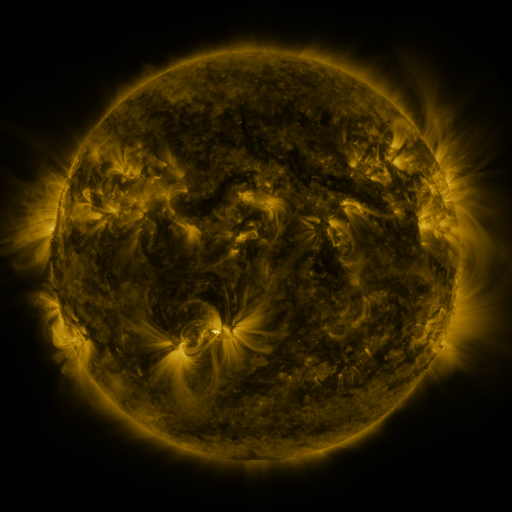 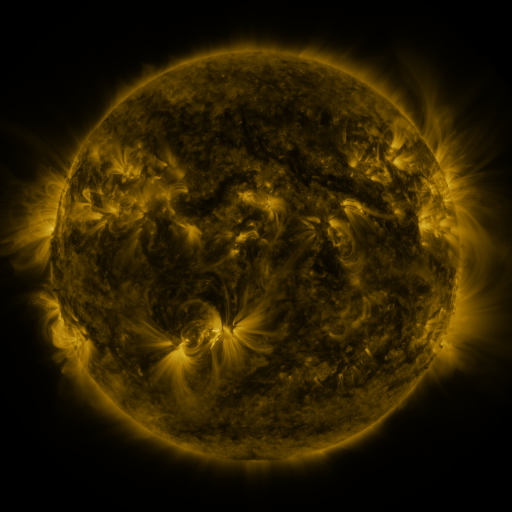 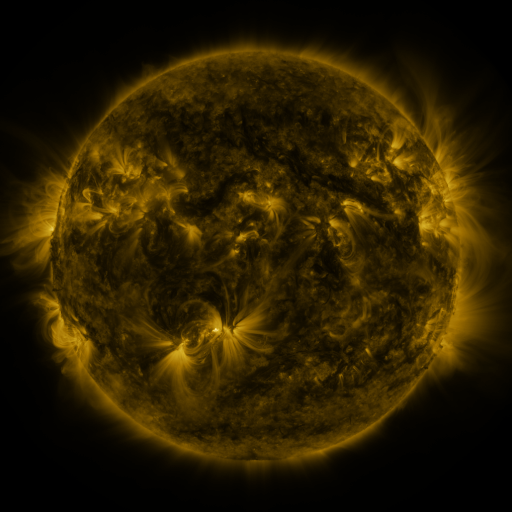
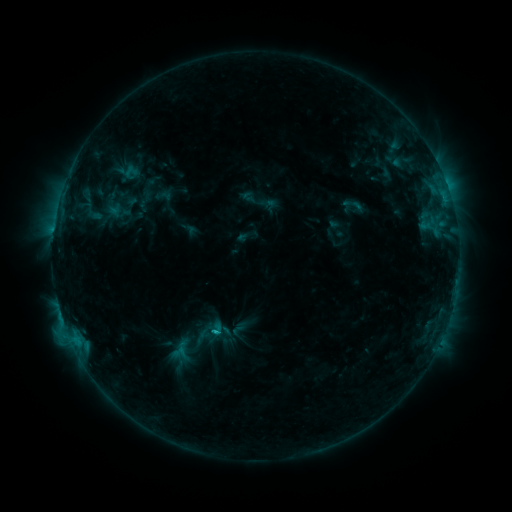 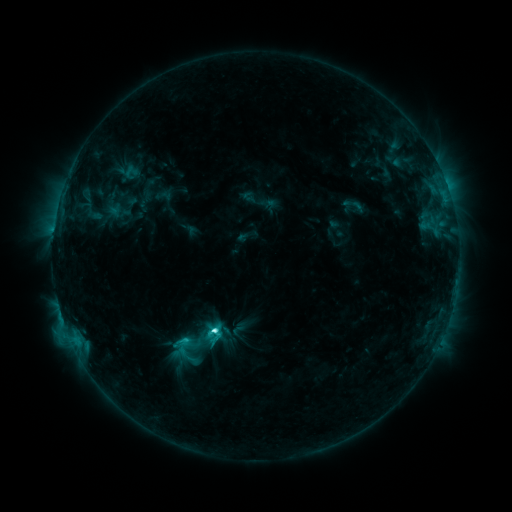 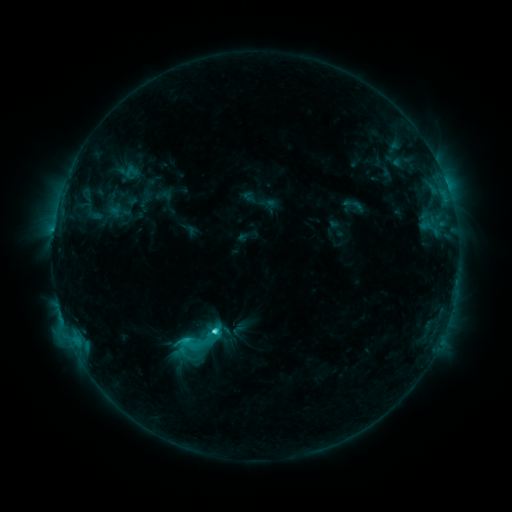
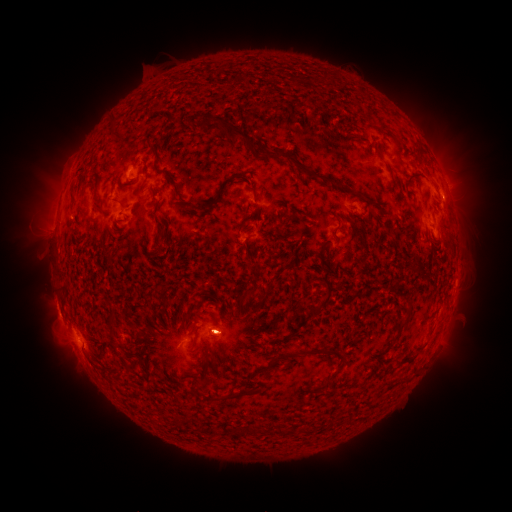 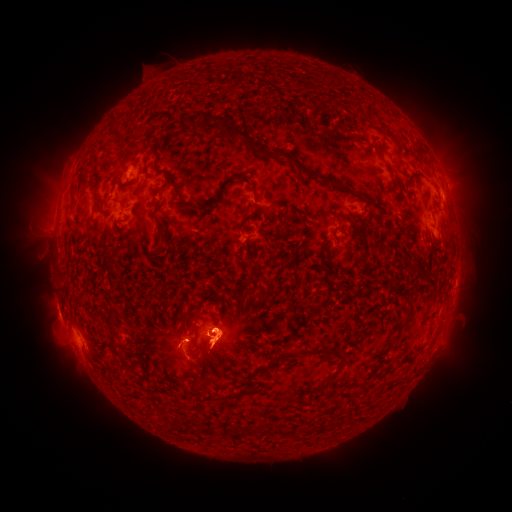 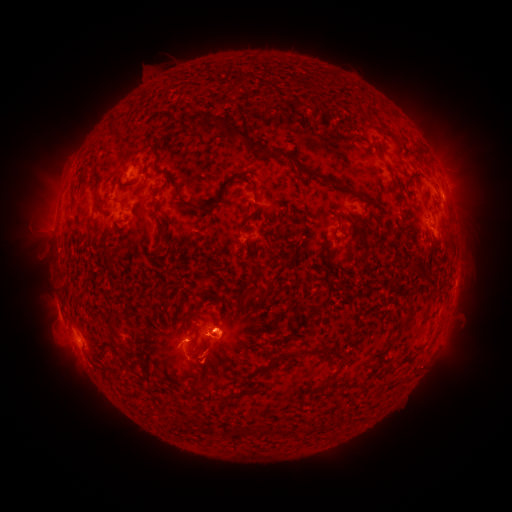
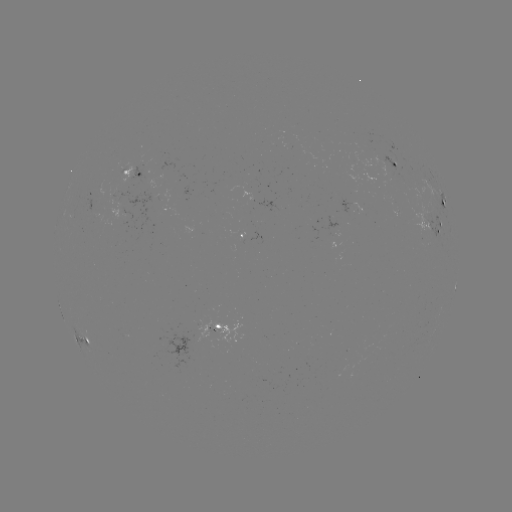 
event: eruption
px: (69, 354)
